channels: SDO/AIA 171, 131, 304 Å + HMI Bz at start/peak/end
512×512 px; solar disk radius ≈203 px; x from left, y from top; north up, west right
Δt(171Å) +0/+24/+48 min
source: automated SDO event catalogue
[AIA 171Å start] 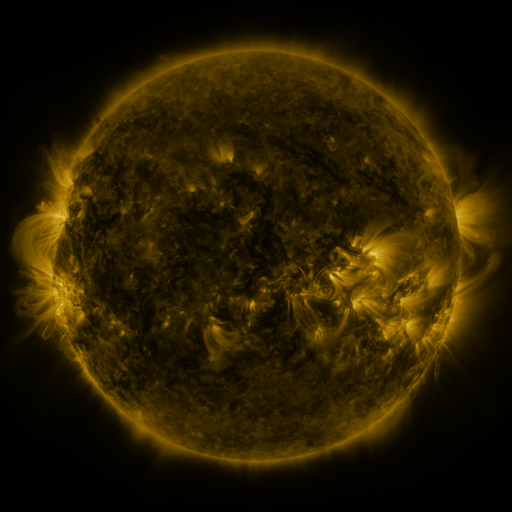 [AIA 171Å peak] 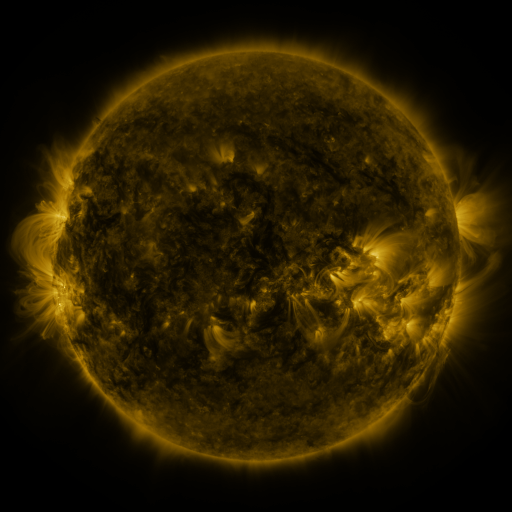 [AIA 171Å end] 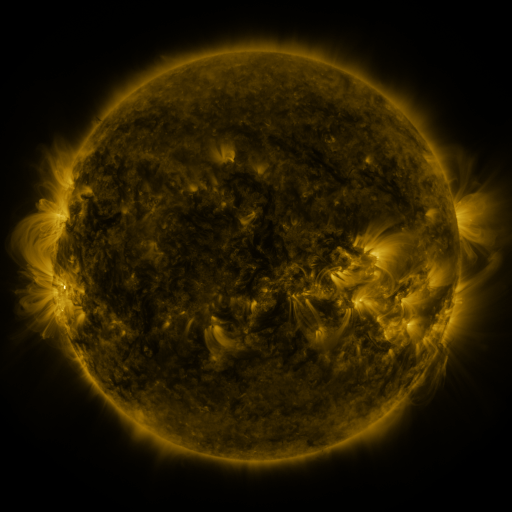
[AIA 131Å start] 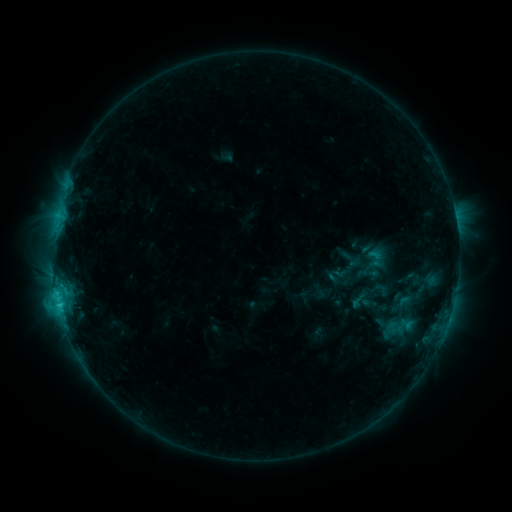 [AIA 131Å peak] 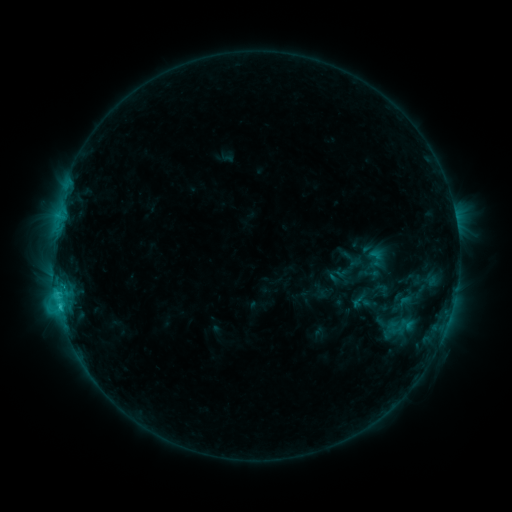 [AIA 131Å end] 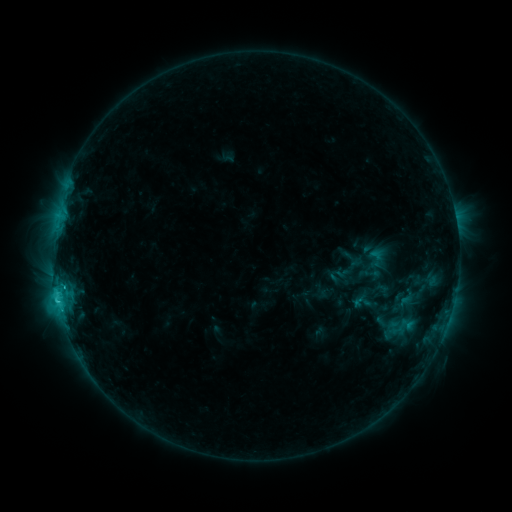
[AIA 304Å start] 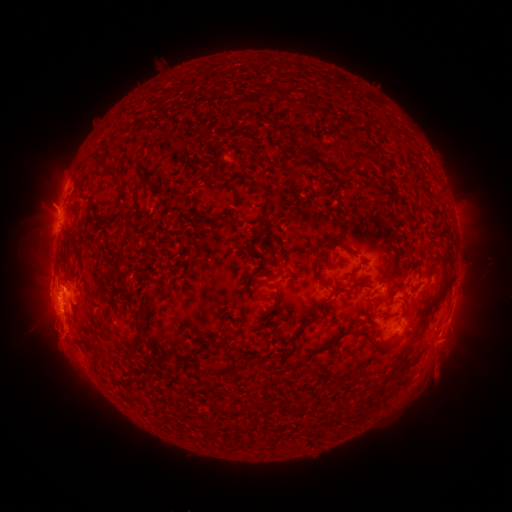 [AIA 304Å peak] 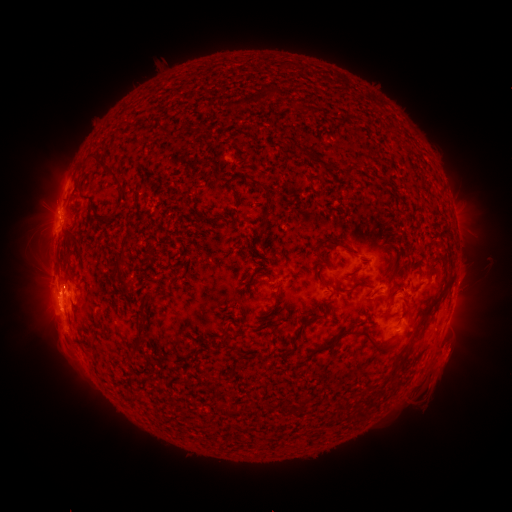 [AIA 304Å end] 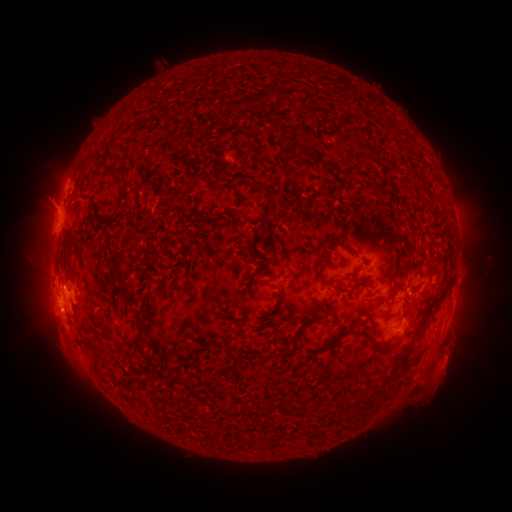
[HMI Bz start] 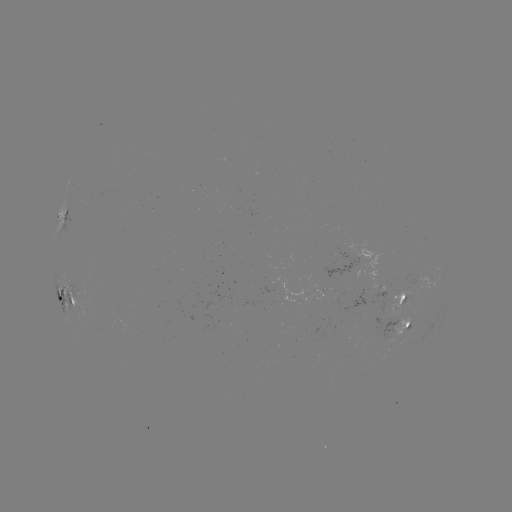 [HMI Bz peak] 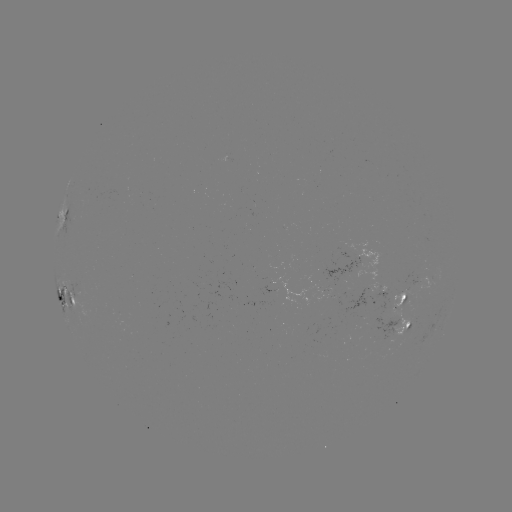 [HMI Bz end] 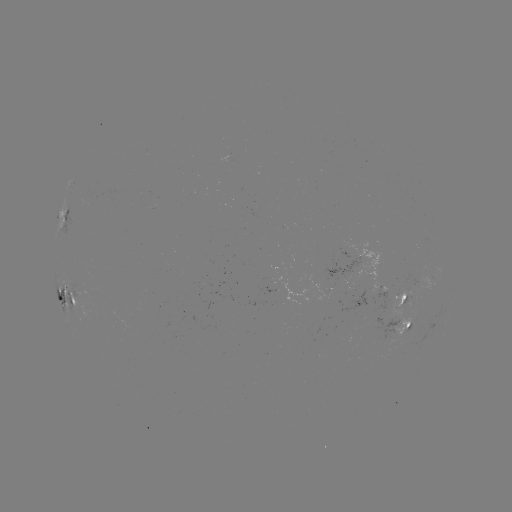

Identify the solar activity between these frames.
eruption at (446, 362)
